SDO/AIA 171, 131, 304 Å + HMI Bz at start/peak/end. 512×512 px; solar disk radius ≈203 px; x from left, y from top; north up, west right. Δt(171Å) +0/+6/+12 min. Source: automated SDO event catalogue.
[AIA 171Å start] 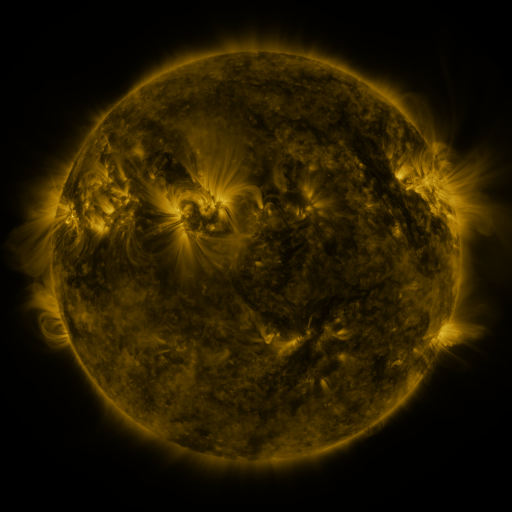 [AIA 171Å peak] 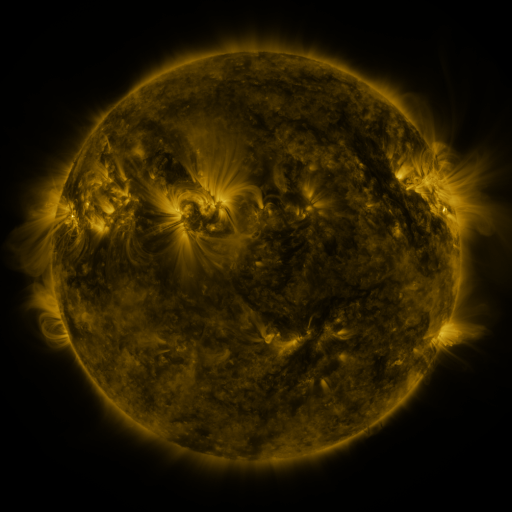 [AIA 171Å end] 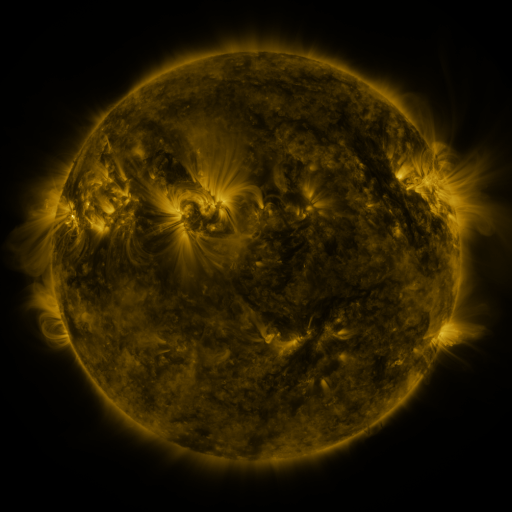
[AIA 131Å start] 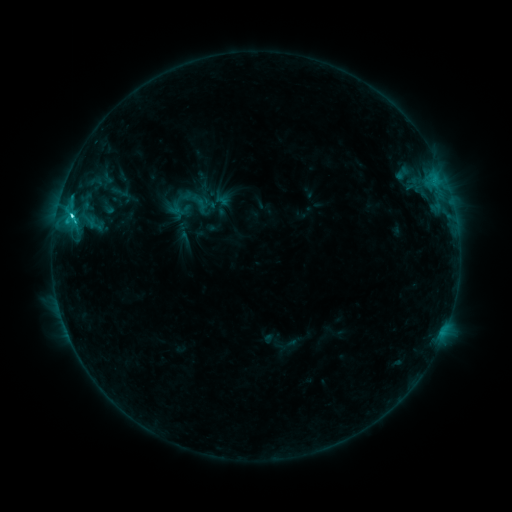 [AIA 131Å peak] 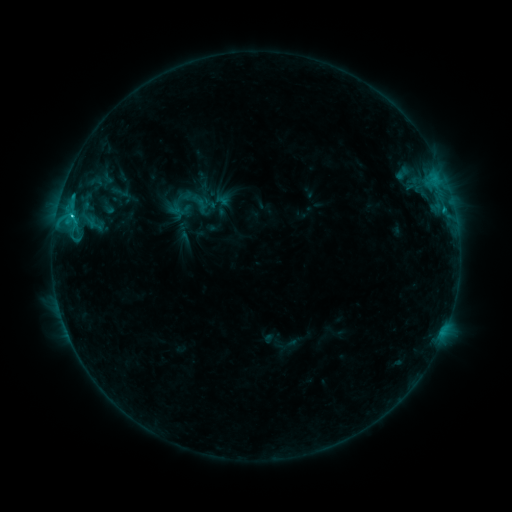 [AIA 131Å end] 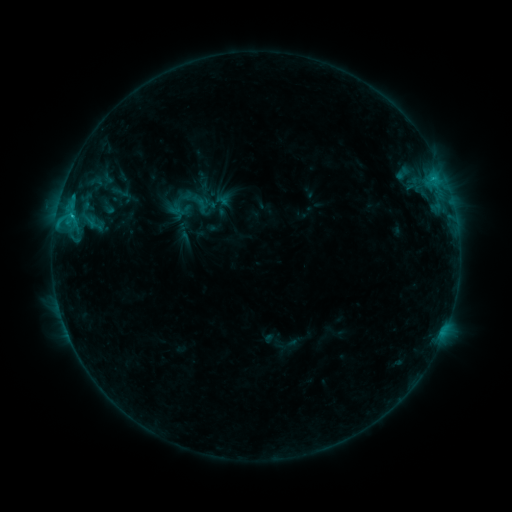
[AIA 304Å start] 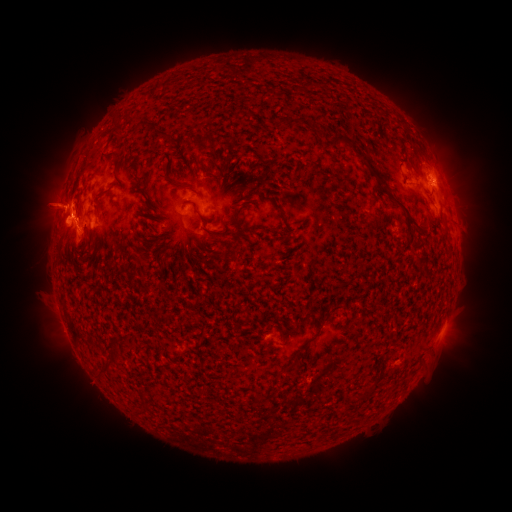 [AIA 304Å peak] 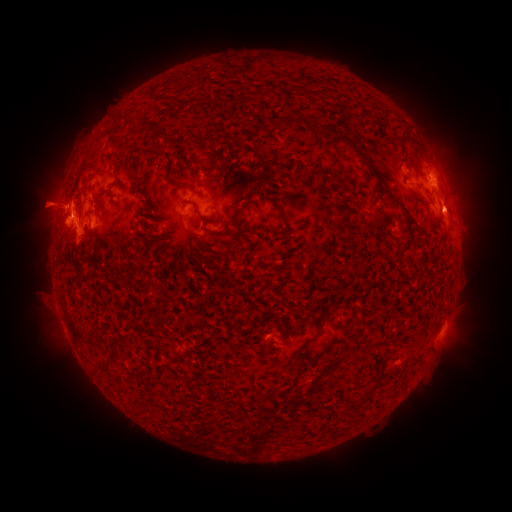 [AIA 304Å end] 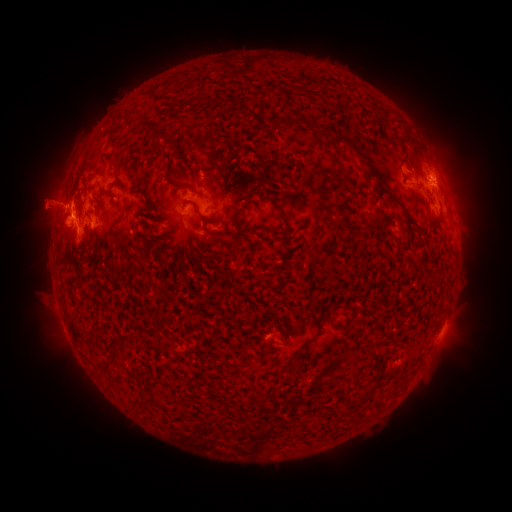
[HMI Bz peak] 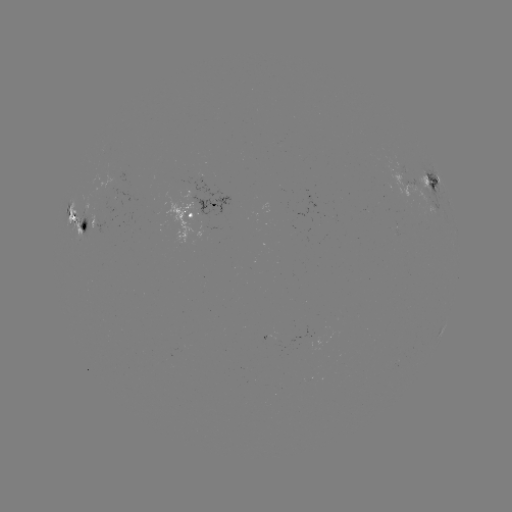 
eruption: <bbox>432, 181, 481, 247</bbox>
